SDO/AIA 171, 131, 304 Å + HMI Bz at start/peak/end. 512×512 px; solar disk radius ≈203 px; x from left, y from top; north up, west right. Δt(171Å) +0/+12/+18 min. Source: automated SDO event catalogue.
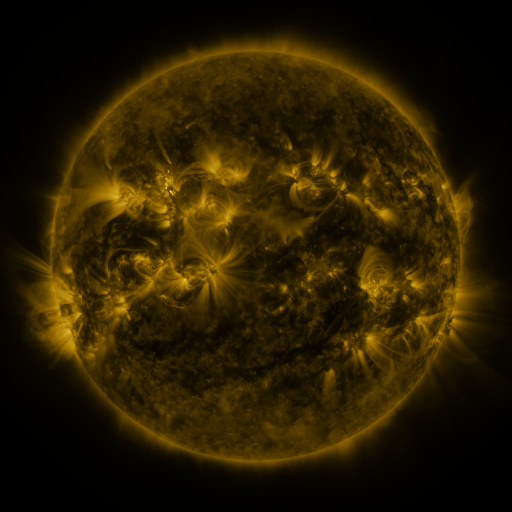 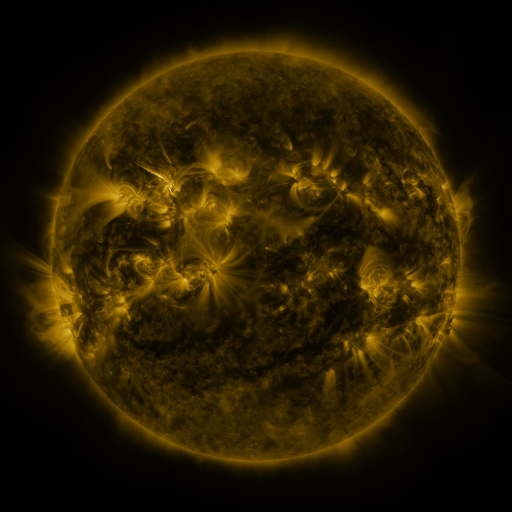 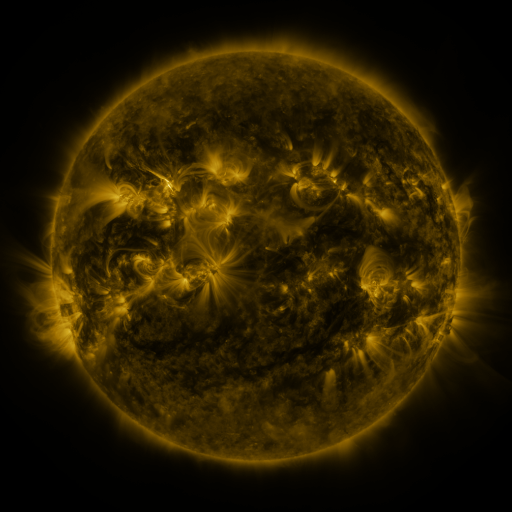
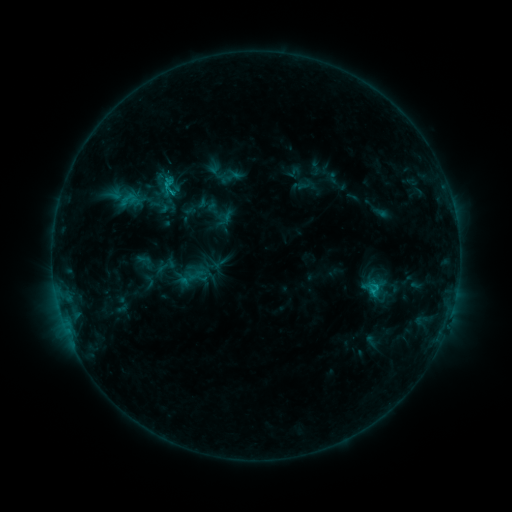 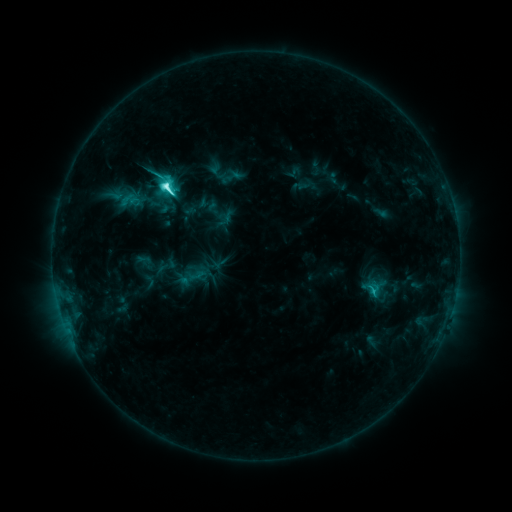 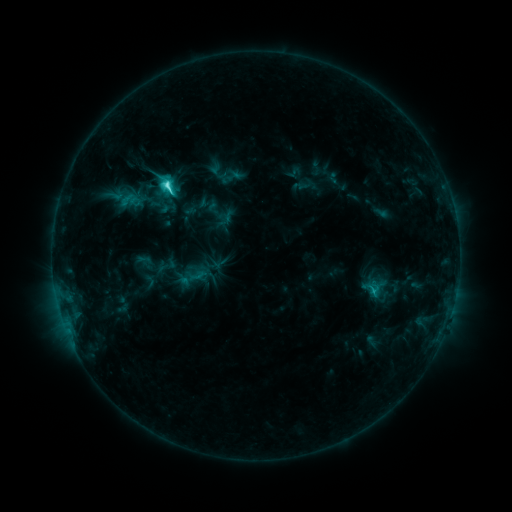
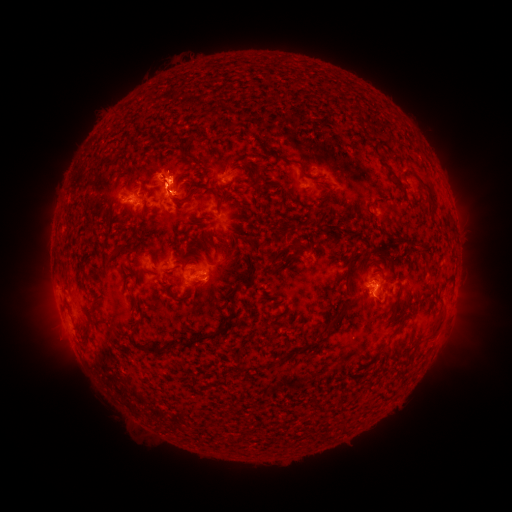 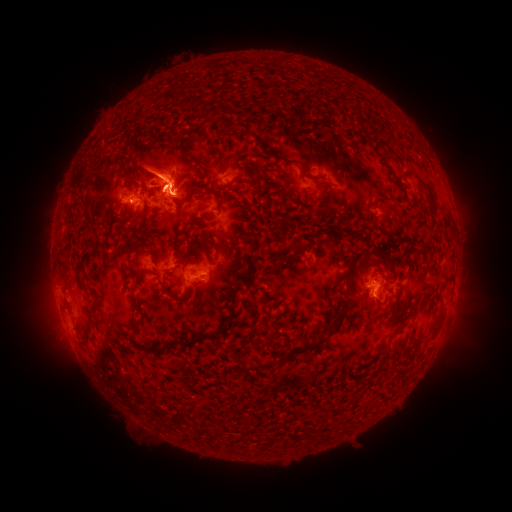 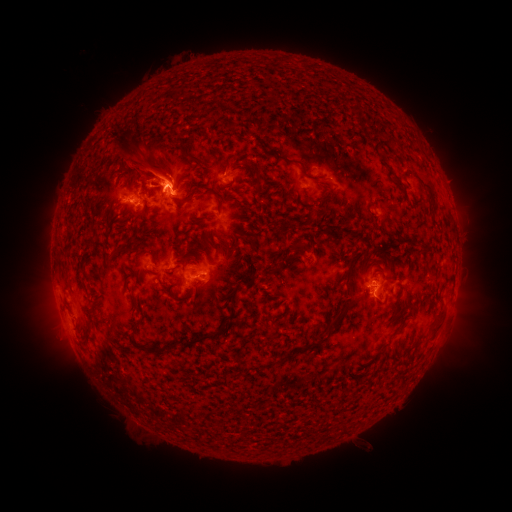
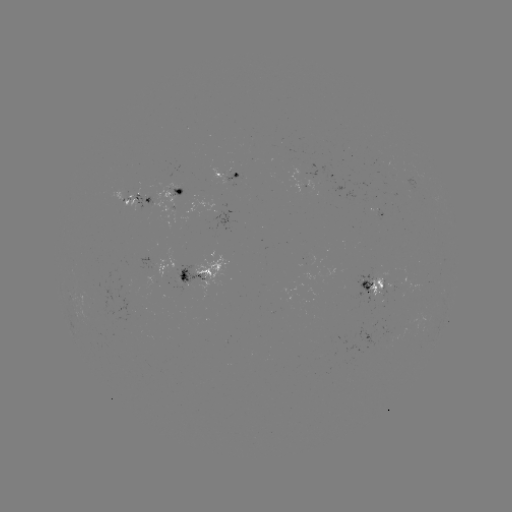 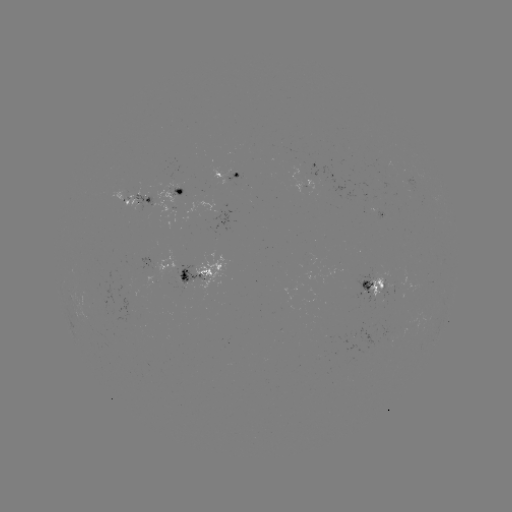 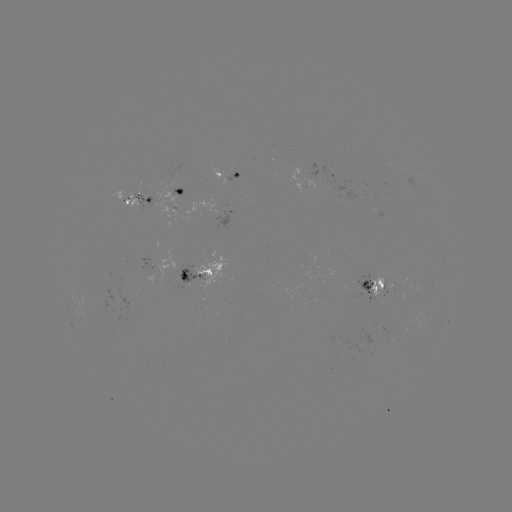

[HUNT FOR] C8.3 flare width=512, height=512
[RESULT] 169,187